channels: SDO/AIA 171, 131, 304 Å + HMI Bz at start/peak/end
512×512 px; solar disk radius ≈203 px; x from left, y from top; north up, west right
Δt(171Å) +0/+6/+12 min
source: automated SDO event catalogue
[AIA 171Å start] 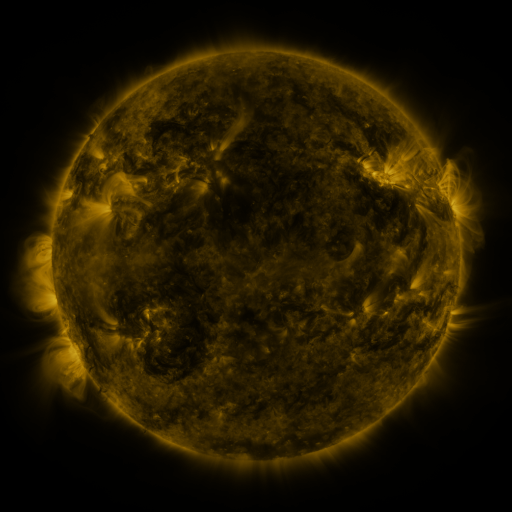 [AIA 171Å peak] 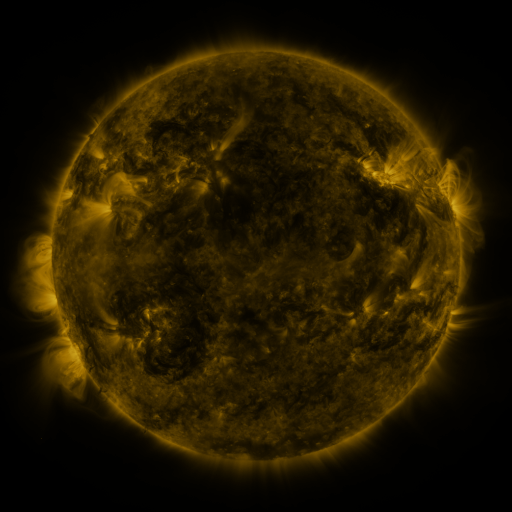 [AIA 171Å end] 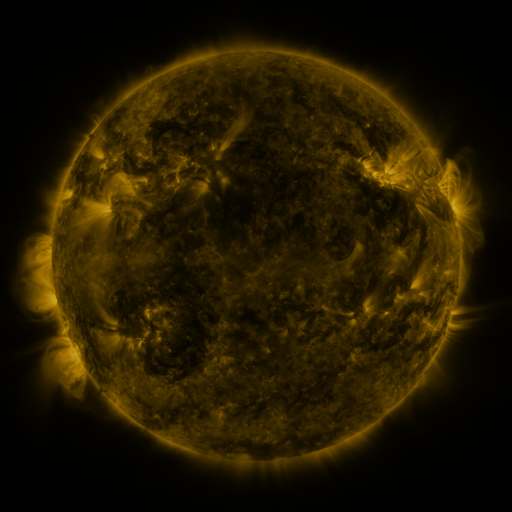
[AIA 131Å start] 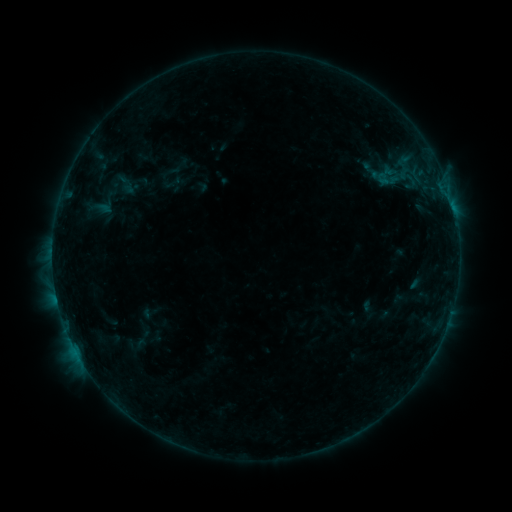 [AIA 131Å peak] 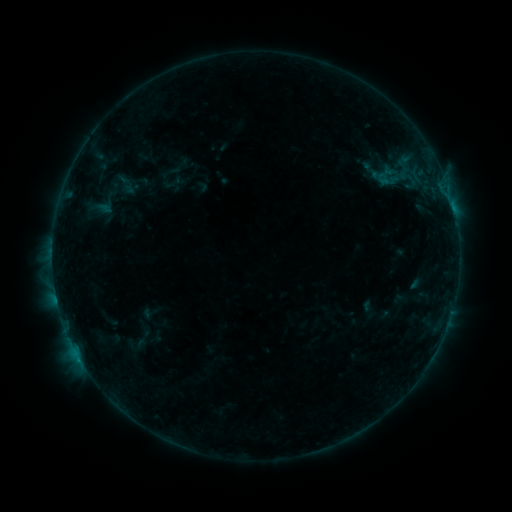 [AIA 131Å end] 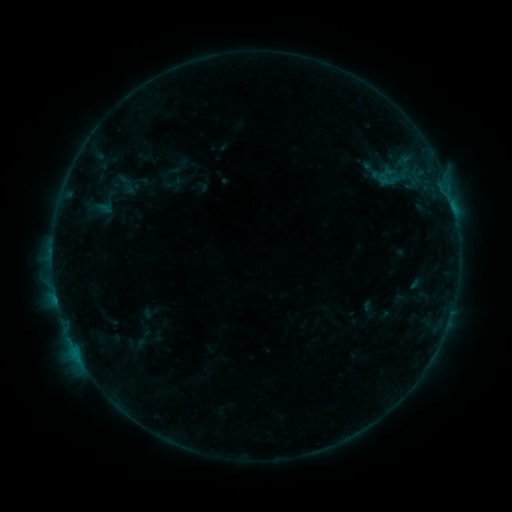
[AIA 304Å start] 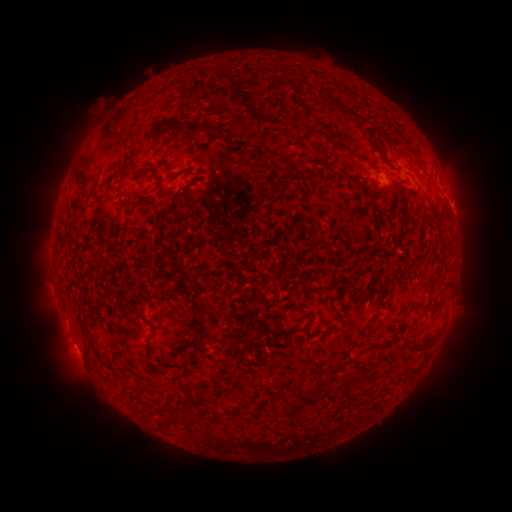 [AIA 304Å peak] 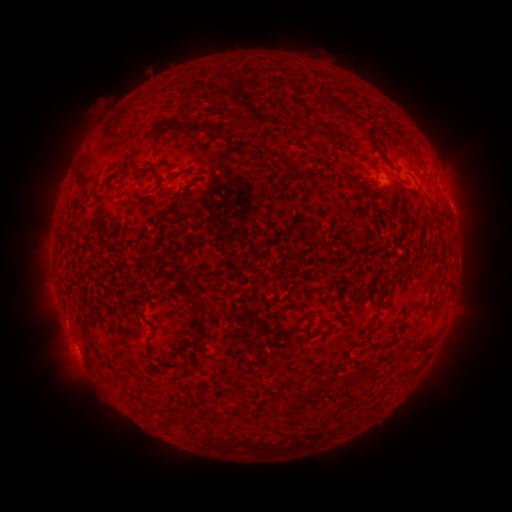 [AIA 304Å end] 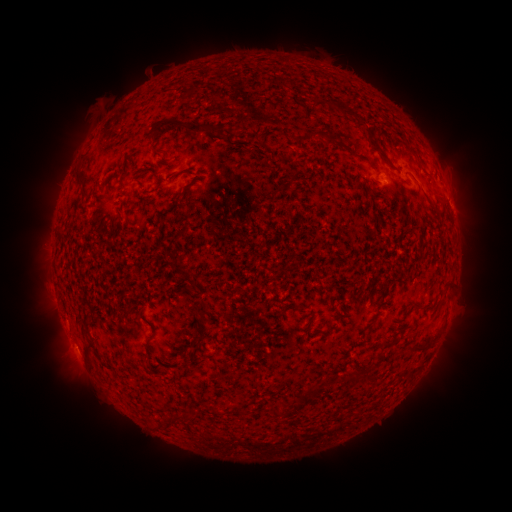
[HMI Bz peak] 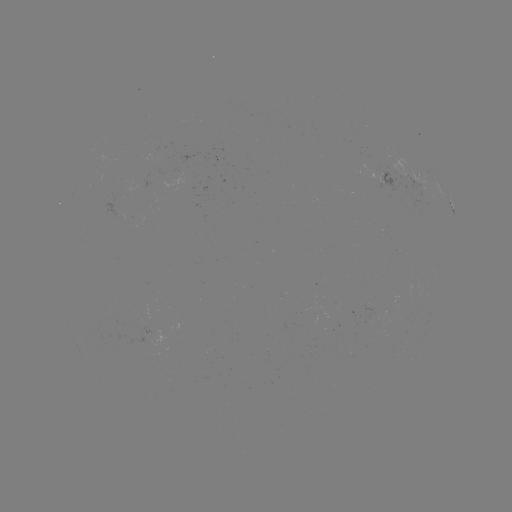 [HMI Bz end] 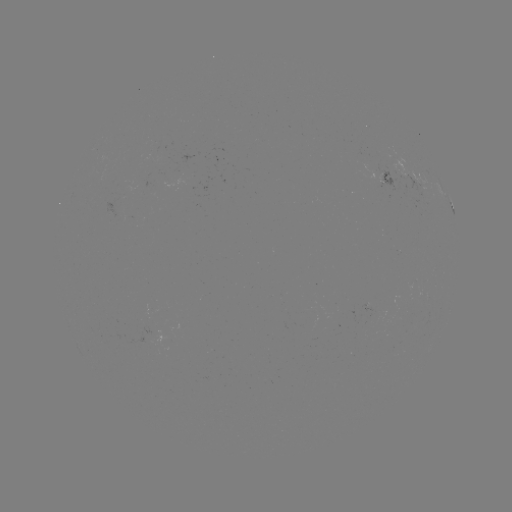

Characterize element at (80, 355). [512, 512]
B2.2 flare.